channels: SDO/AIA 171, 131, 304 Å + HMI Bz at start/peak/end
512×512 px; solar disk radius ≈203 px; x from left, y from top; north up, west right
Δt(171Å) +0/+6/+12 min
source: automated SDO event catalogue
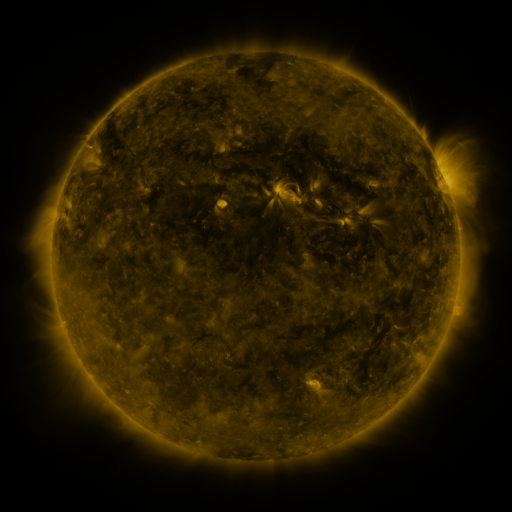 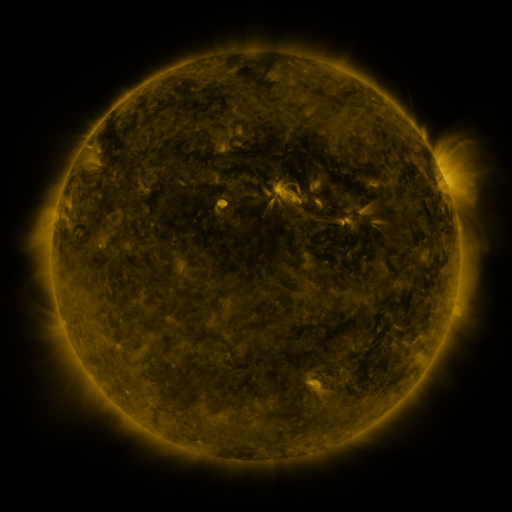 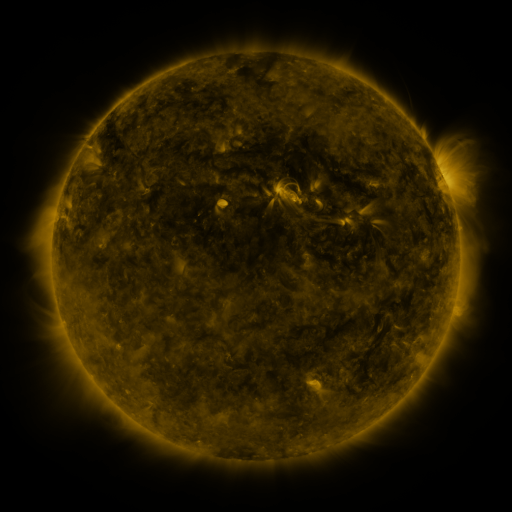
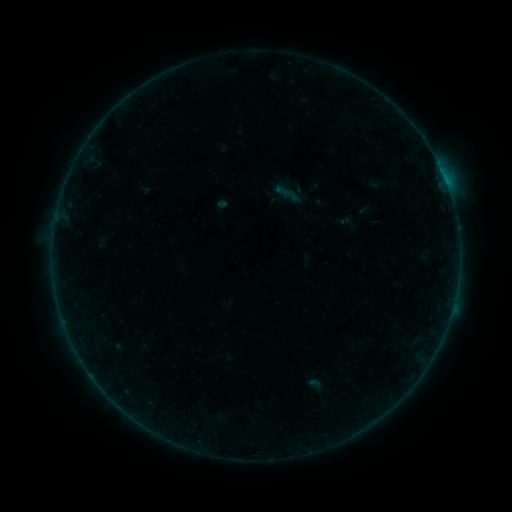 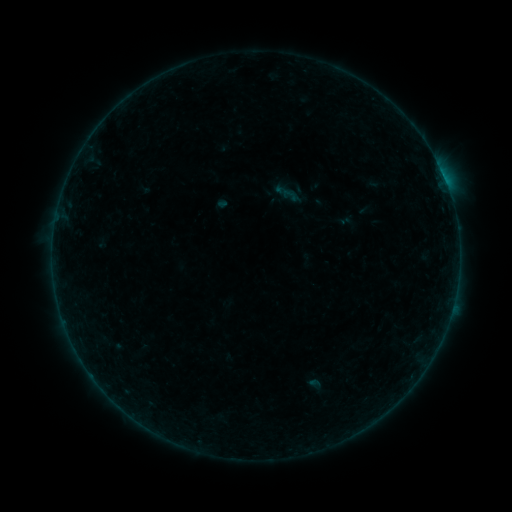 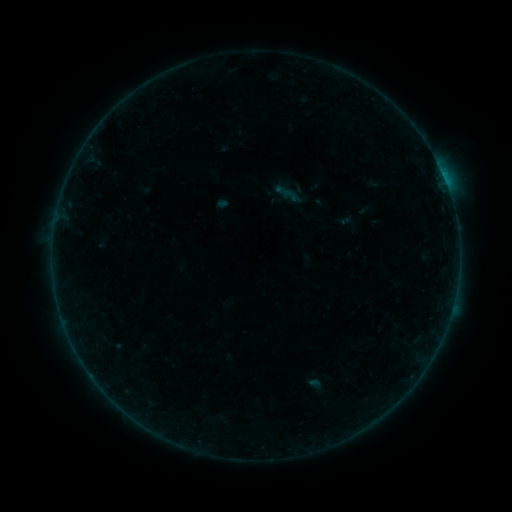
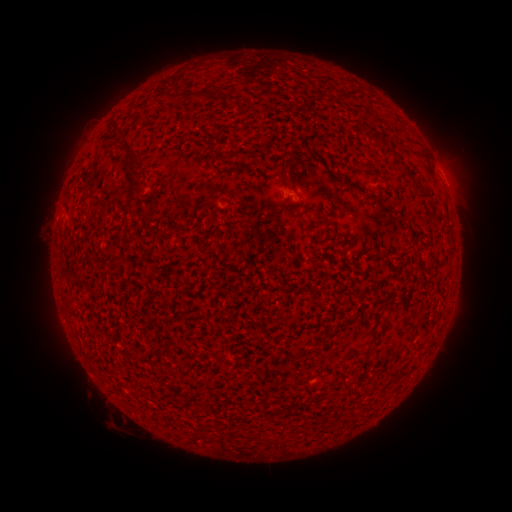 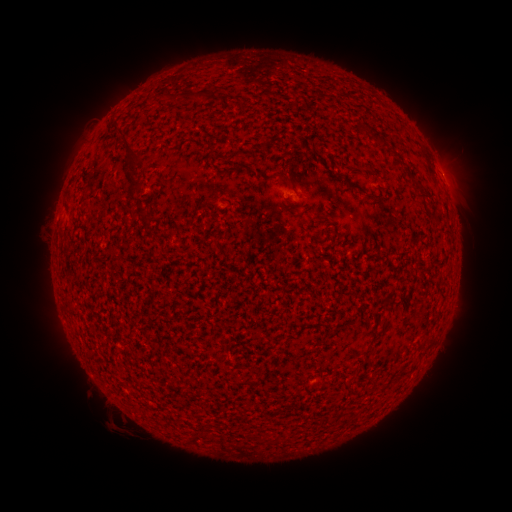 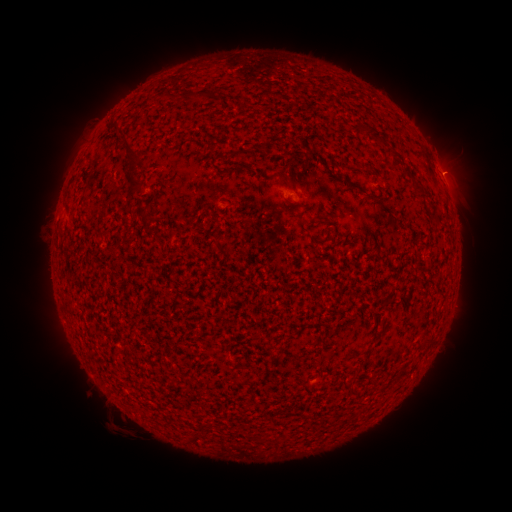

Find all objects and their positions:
B5.0 flare: (442, 178)
